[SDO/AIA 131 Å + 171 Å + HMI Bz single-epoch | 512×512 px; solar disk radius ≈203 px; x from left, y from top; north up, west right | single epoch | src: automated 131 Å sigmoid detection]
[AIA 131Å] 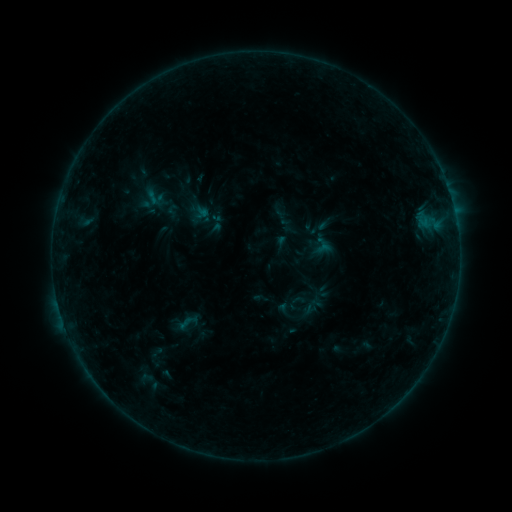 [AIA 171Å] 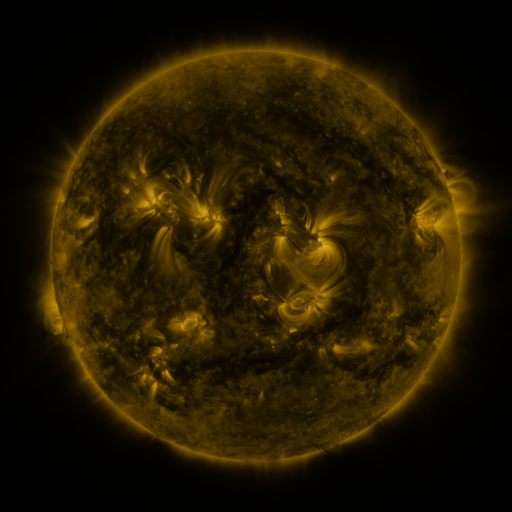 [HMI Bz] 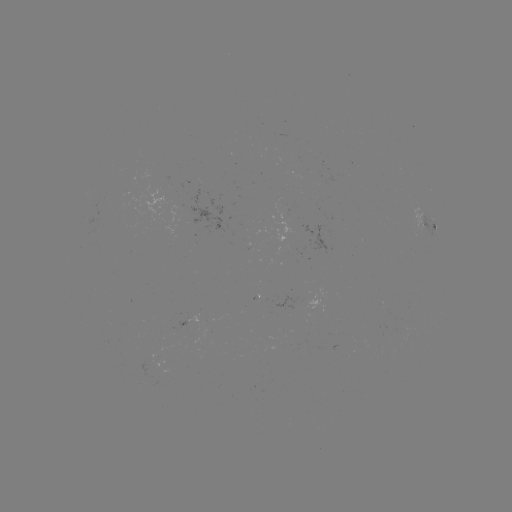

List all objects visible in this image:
sigmoid: (155, 197)
sigmoid: (172, 210)
